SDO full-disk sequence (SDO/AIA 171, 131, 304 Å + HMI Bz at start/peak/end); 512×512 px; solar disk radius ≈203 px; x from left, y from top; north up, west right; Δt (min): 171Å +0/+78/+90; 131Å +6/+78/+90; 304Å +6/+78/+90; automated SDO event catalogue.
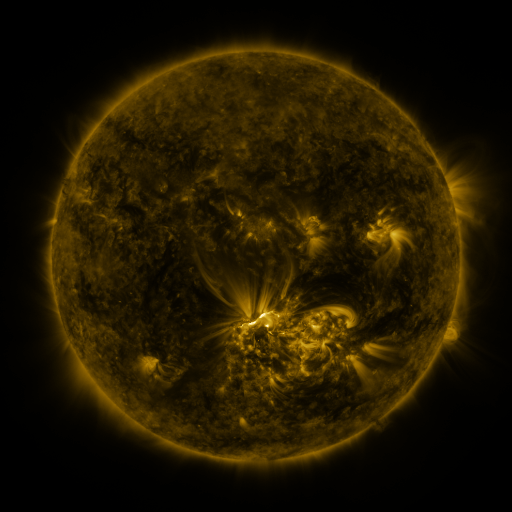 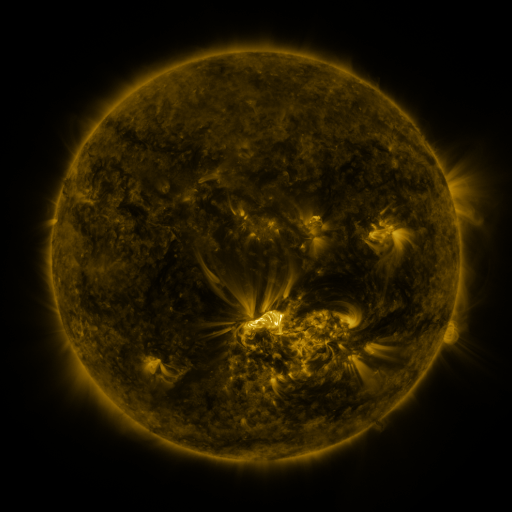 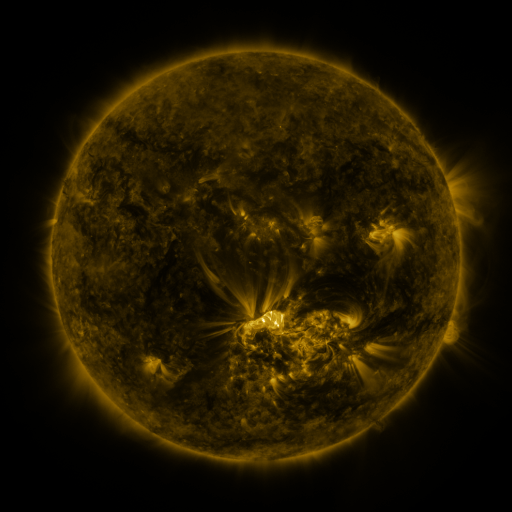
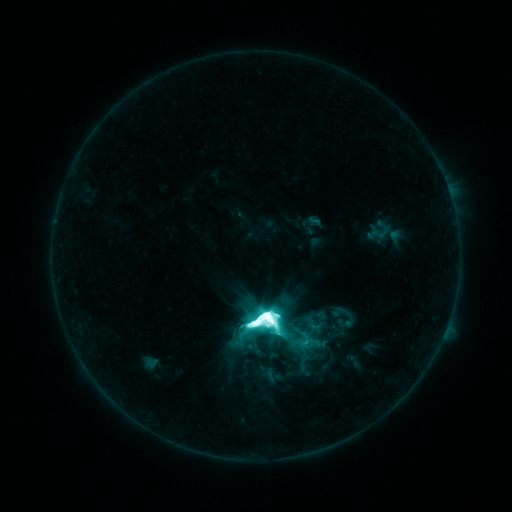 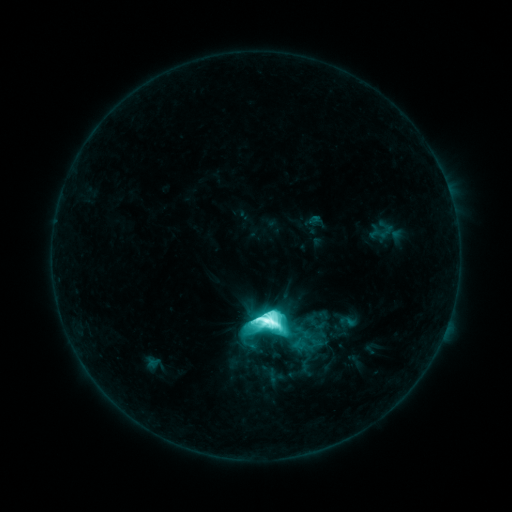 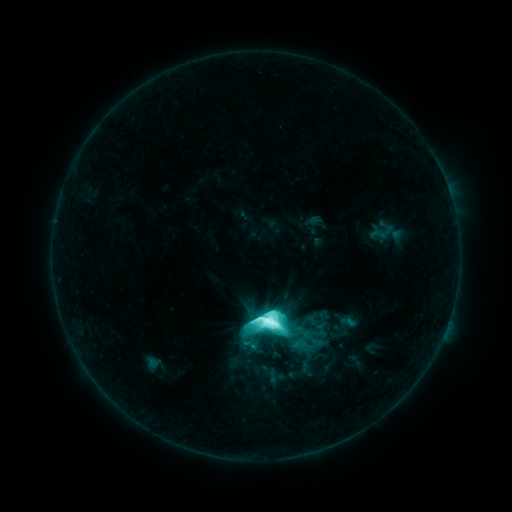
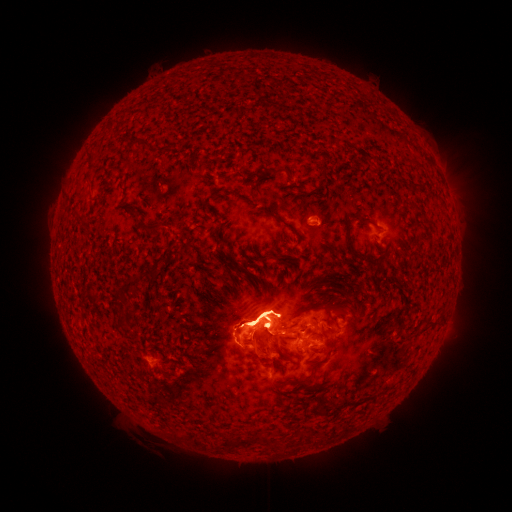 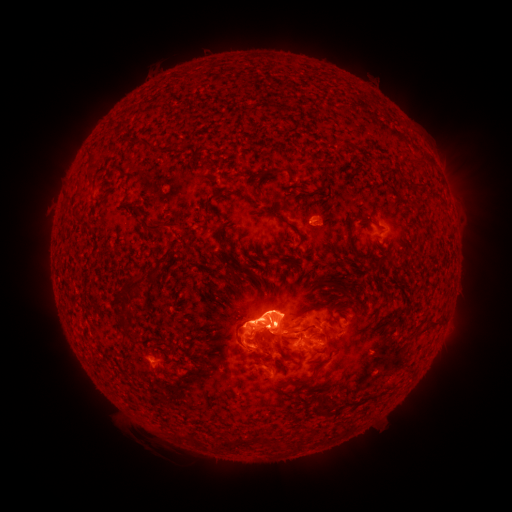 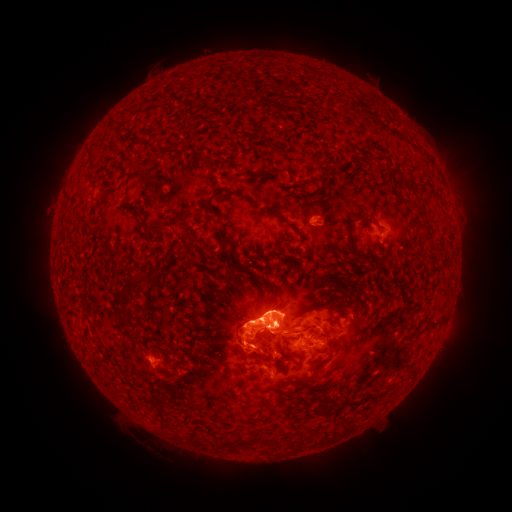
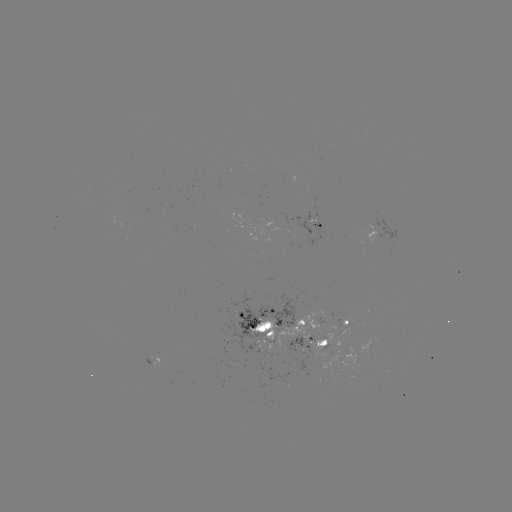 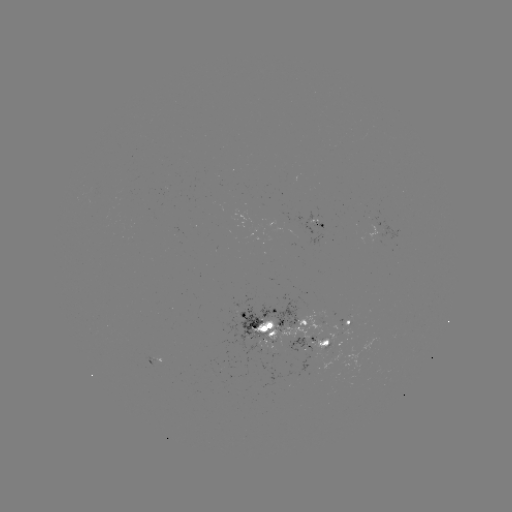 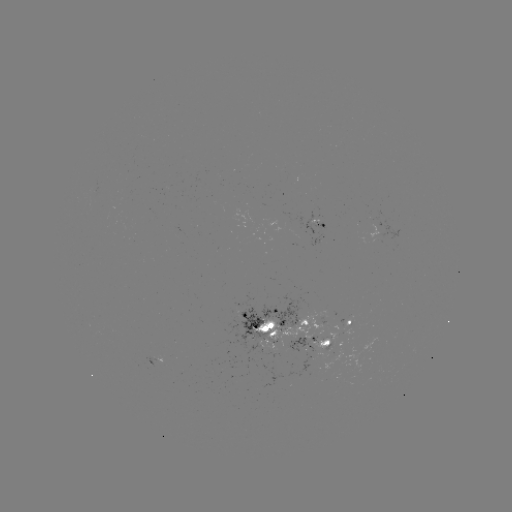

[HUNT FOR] emerging-flux region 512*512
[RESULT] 153,362